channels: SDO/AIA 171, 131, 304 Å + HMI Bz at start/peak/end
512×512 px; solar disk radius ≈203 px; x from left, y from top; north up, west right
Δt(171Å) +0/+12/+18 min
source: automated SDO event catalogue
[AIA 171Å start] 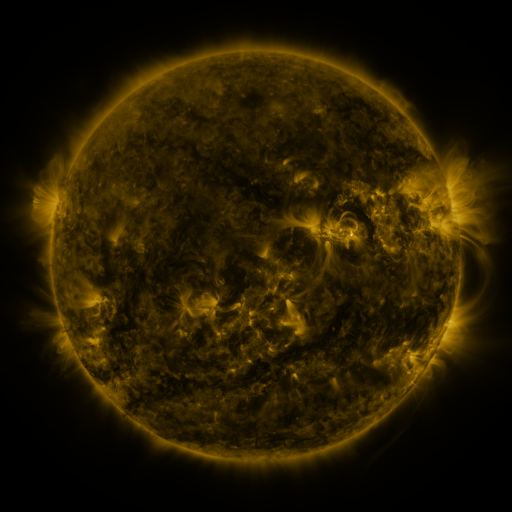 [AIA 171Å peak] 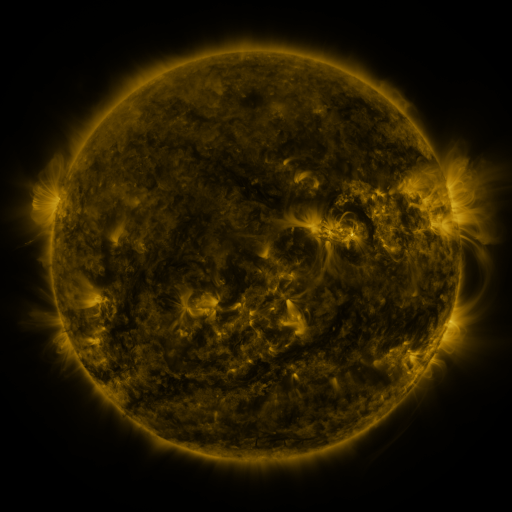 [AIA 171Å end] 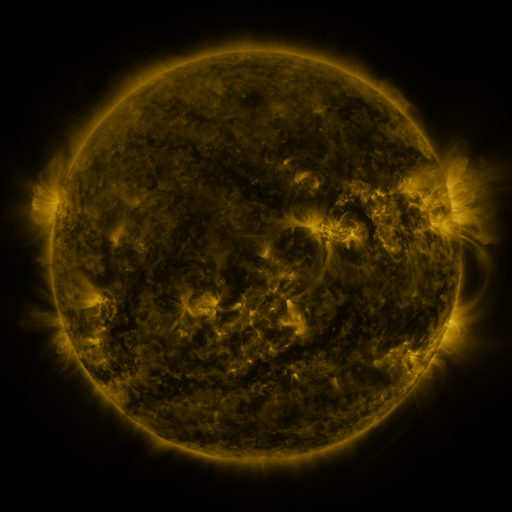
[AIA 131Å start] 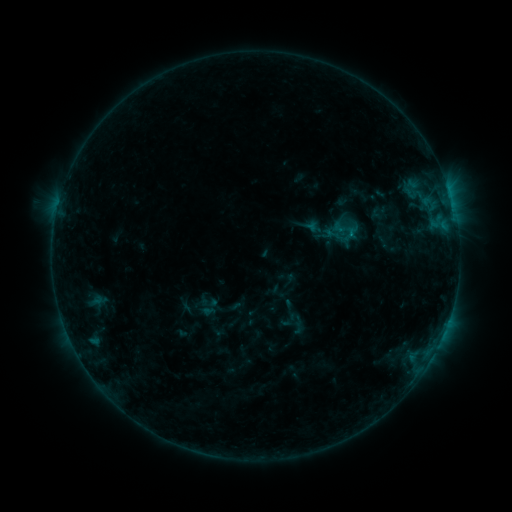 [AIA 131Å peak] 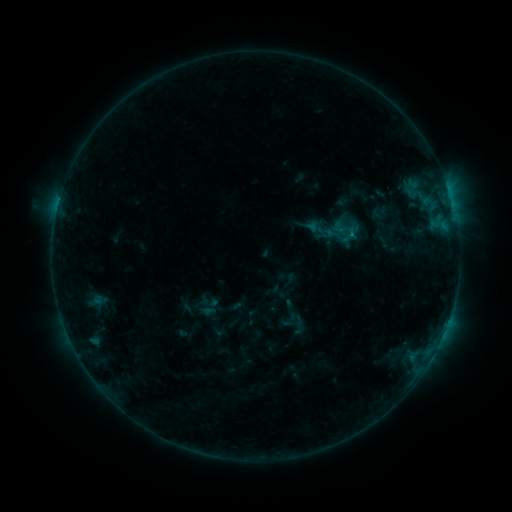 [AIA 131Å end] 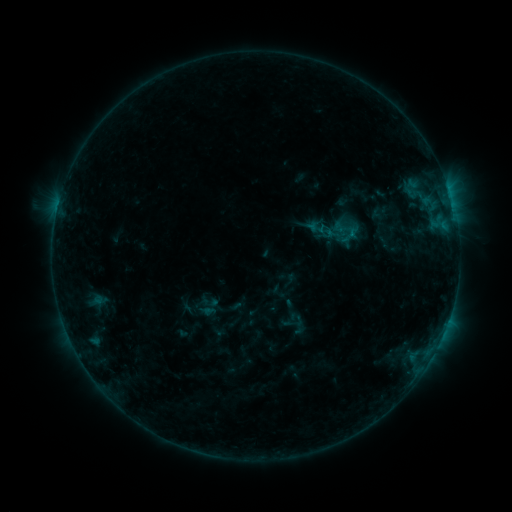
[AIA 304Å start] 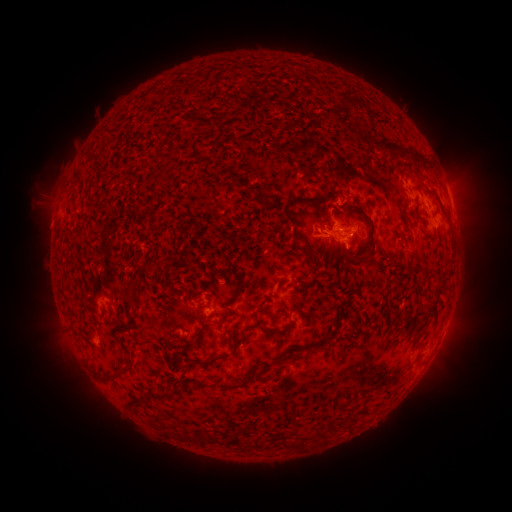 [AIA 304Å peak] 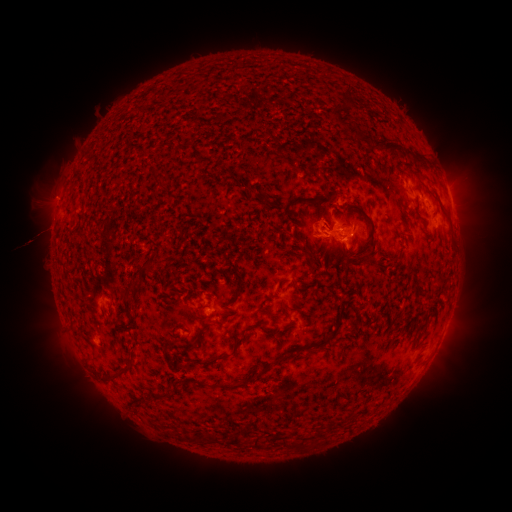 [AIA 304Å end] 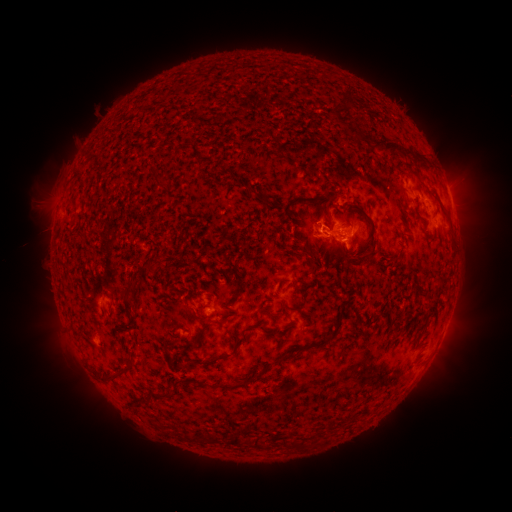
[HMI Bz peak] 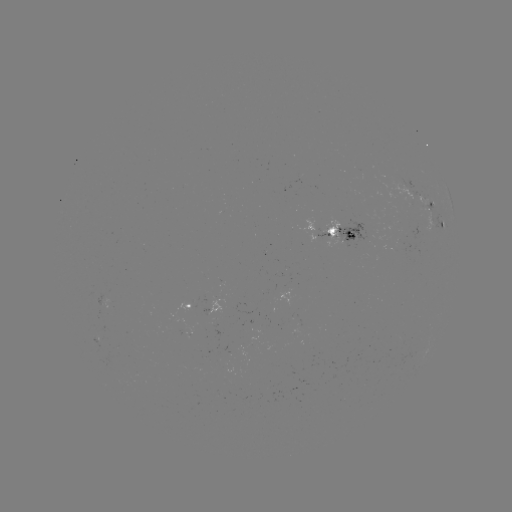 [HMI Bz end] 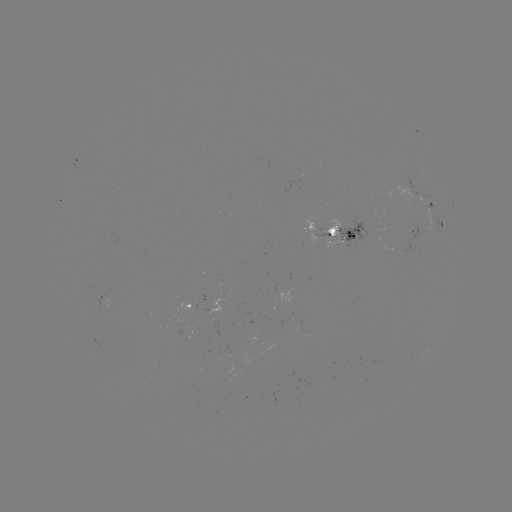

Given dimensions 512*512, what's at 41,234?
eruption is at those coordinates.